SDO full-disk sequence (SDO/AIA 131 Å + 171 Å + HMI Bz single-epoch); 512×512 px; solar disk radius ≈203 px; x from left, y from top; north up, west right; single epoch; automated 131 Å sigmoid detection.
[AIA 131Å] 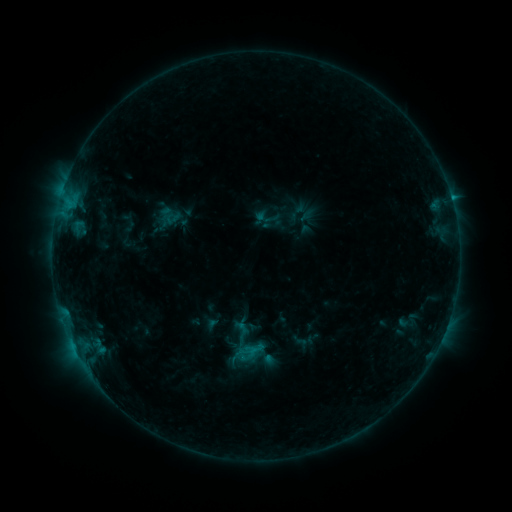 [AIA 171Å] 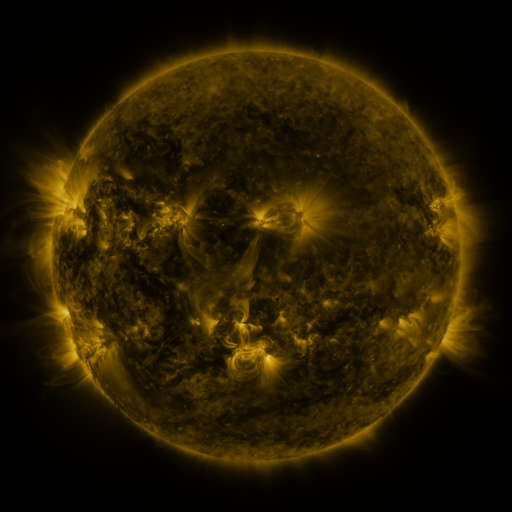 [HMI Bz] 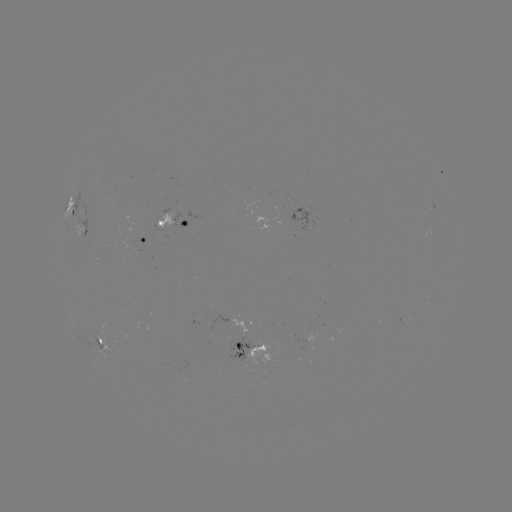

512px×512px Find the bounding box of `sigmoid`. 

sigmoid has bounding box [227, 320, 254, 346].